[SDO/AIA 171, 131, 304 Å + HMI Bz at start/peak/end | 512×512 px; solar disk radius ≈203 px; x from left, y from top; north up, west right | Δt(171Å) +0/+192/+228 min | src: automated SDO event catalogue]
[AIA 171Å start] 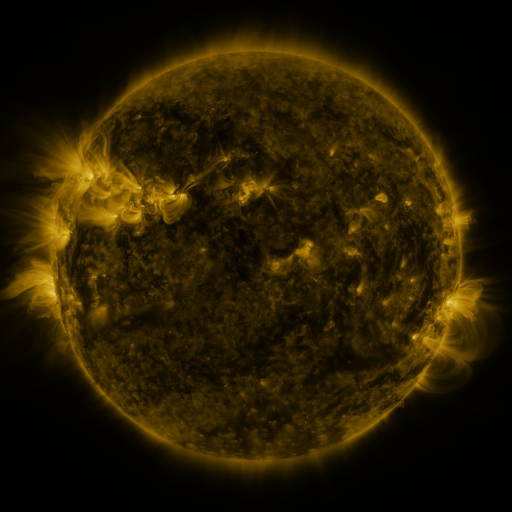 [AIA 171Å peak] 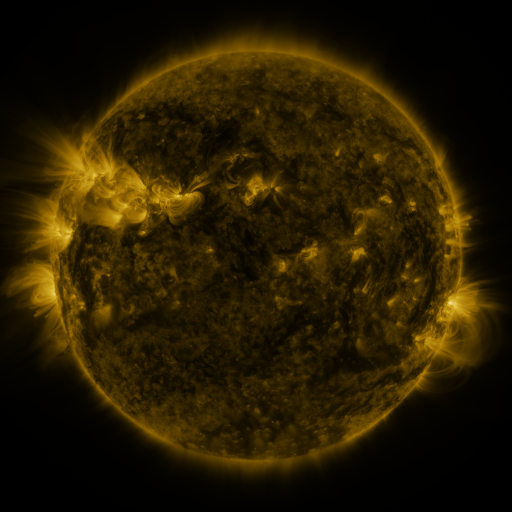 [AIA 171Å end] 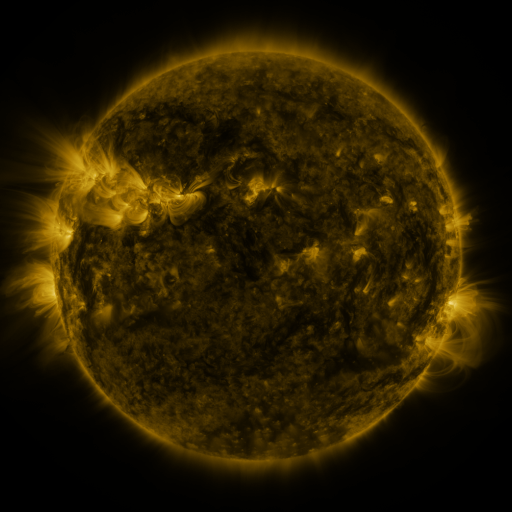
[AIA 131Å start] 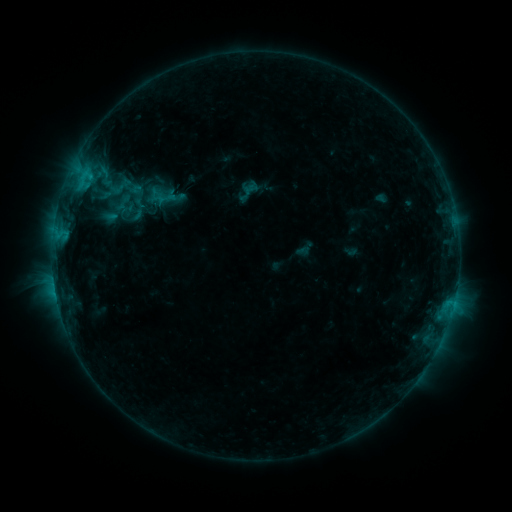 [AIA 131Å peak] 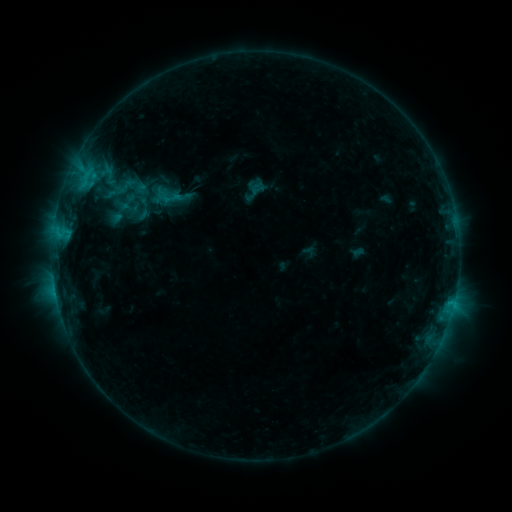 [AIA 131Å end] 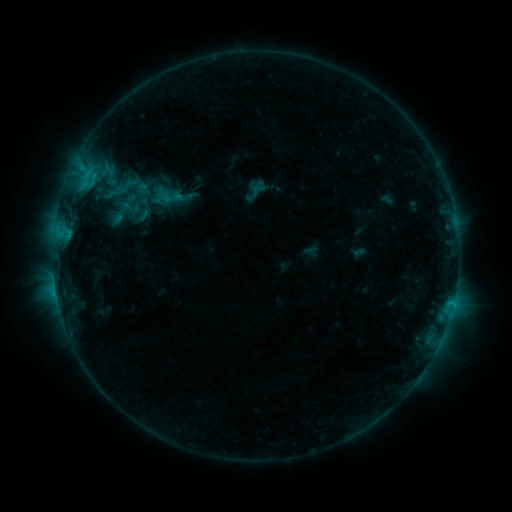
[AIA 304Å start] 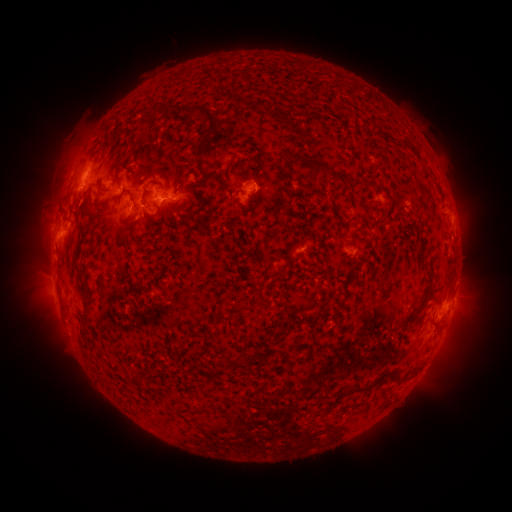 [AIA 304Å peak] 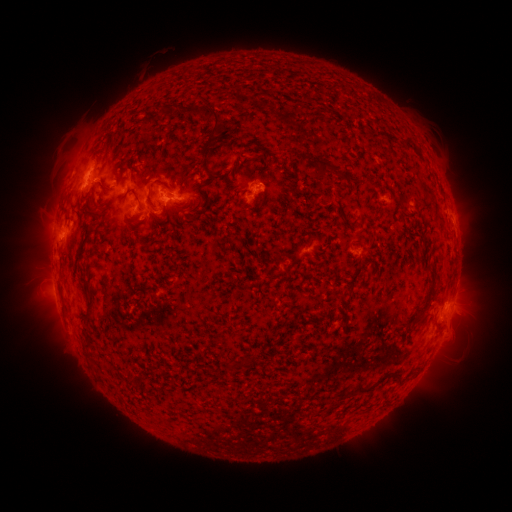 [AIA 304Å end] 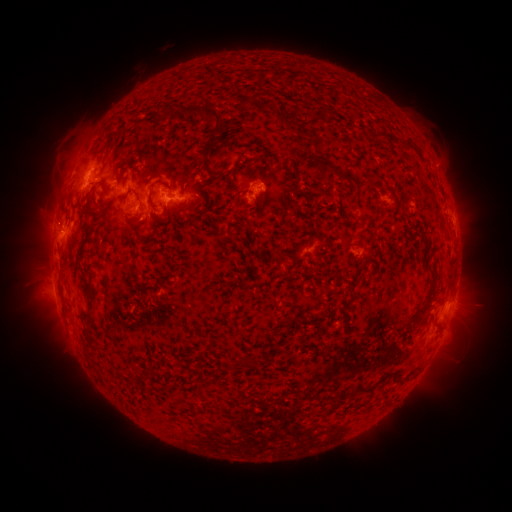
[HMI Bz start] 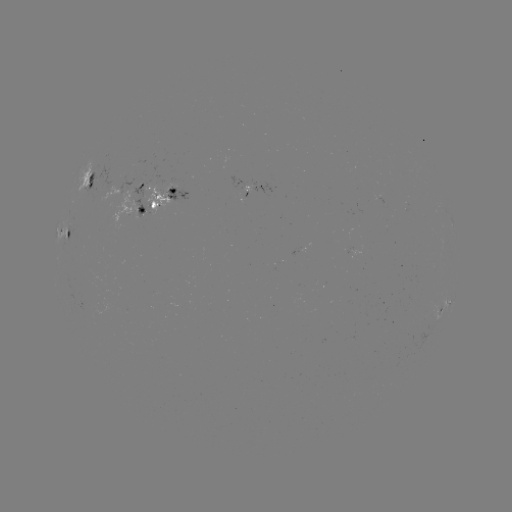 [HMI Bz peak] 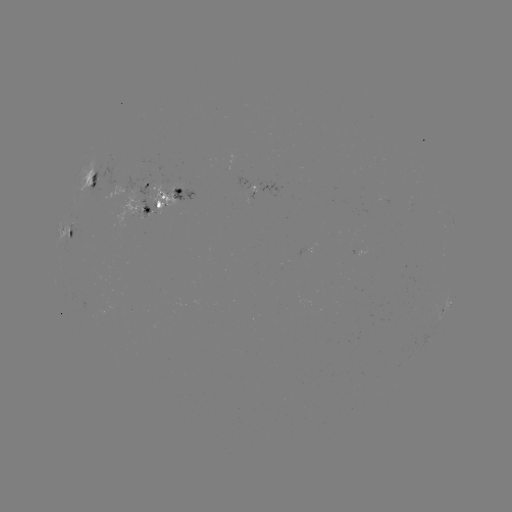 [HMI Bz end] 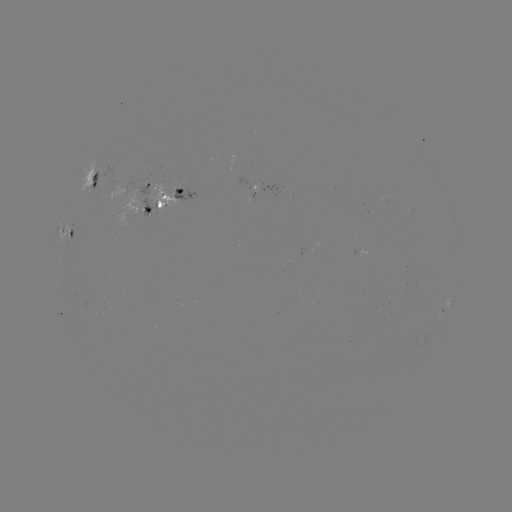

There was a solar emerging-flux region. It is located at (134, 210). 